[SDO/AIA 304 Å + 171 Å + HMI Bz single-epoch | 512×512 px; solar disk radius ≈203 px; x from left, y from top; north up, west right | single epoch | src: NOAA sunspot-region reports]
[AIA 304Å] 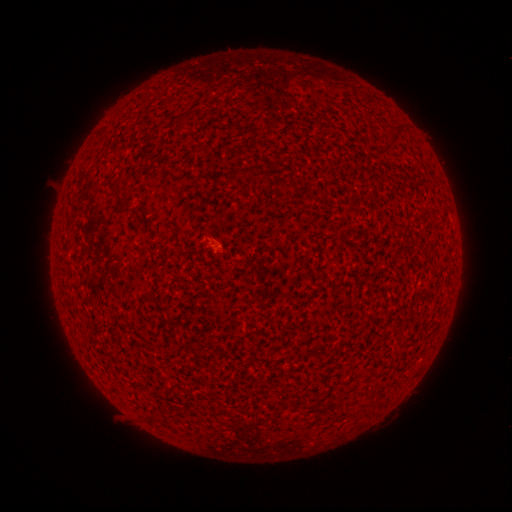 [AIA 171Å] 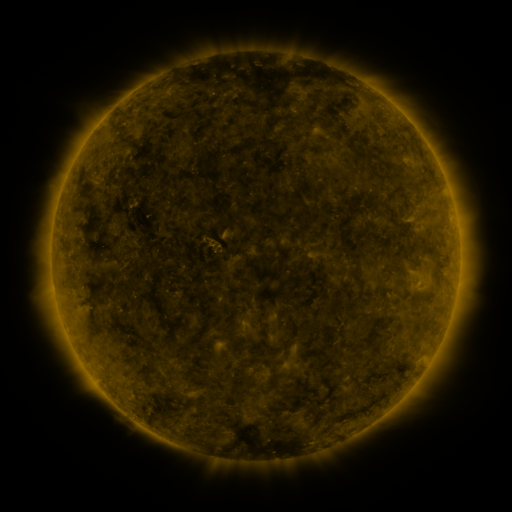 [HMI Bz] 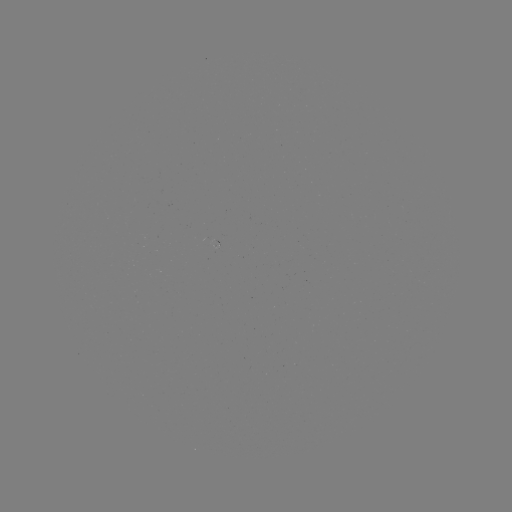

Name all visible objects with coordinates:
(none)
